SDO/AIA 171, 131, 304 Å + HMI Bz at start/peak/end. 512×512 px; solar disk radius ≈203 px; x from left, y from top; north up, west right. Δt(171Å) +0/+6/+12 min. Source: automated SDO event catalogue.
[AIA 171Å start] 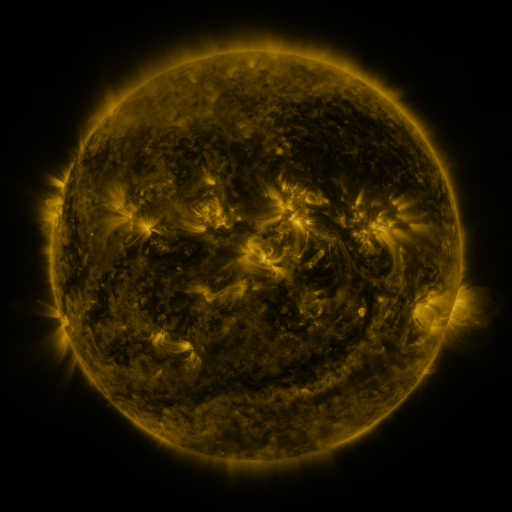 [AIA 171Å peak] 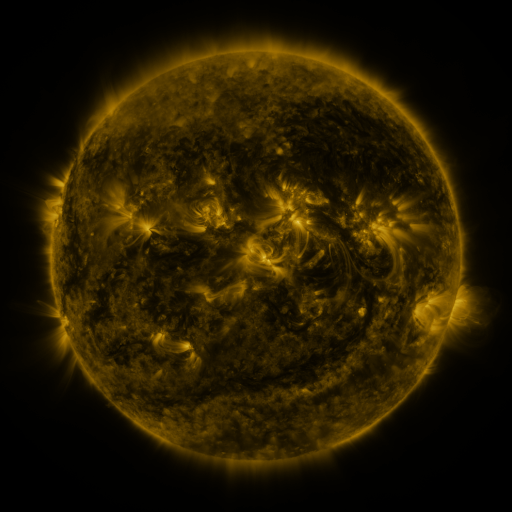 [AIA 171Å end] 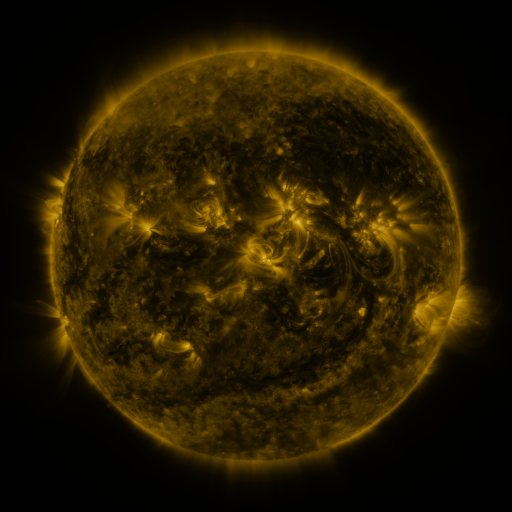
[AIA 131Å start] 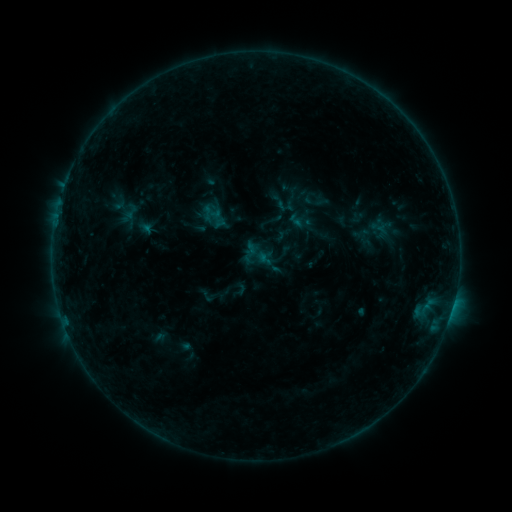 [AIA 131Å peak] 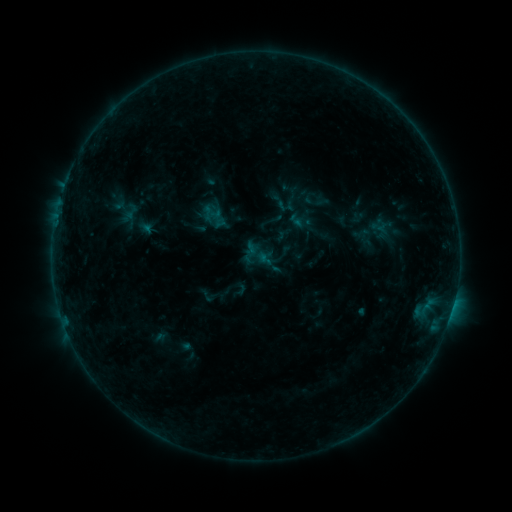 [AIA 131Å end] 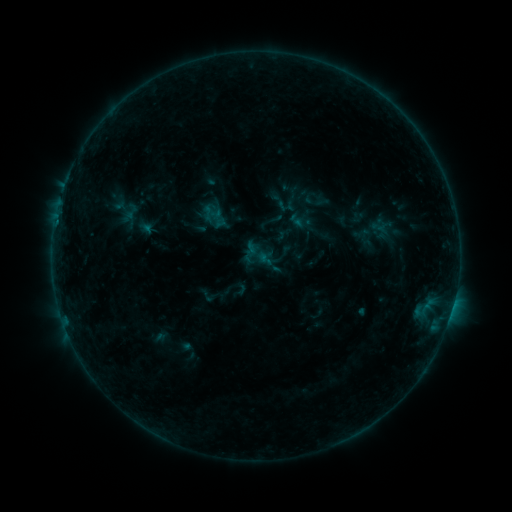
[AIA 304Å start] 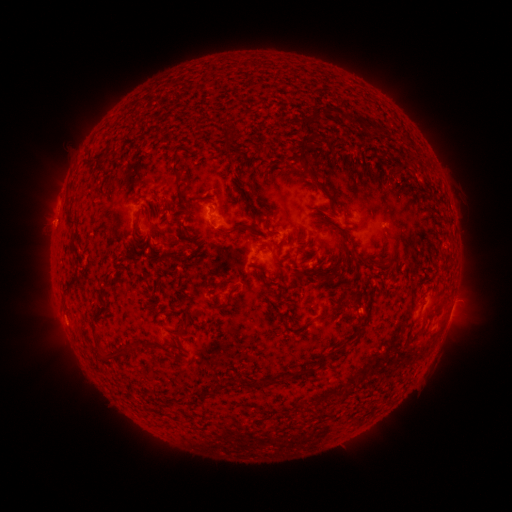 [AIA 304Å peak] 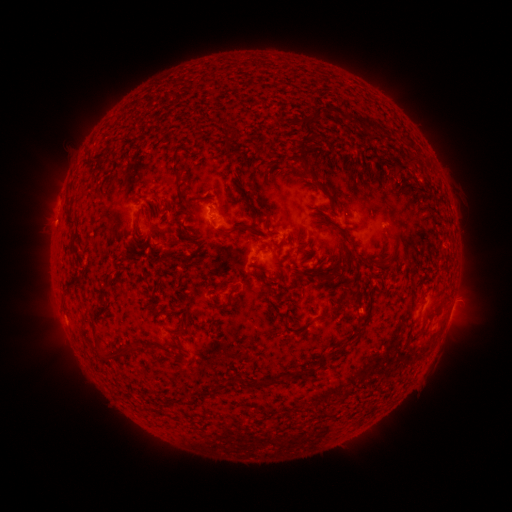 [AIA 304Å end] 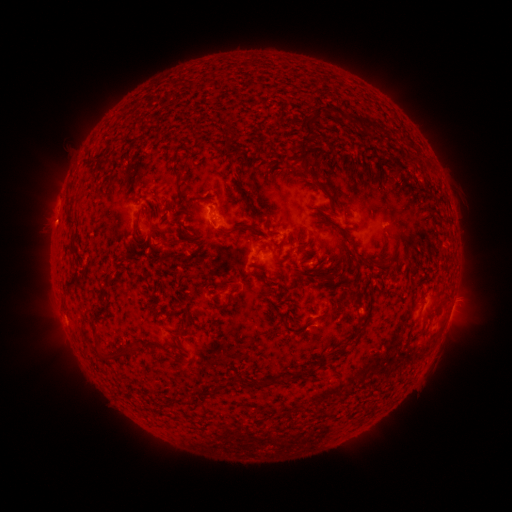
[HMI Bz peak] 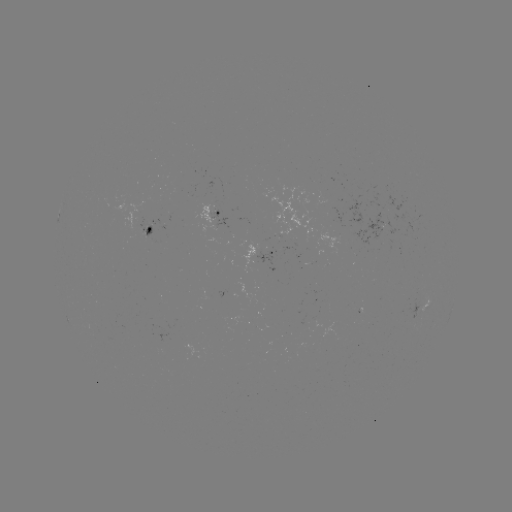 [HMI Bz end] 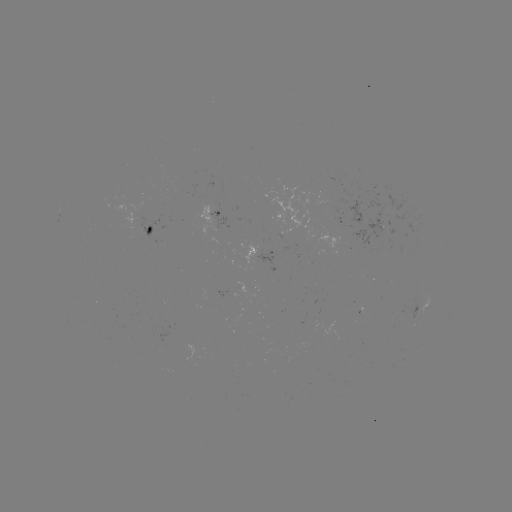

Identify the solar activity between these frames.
no catalogued flare and no flagged EUV brightening in this window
